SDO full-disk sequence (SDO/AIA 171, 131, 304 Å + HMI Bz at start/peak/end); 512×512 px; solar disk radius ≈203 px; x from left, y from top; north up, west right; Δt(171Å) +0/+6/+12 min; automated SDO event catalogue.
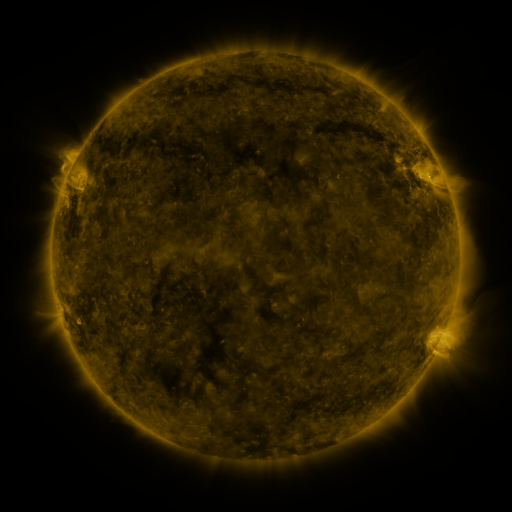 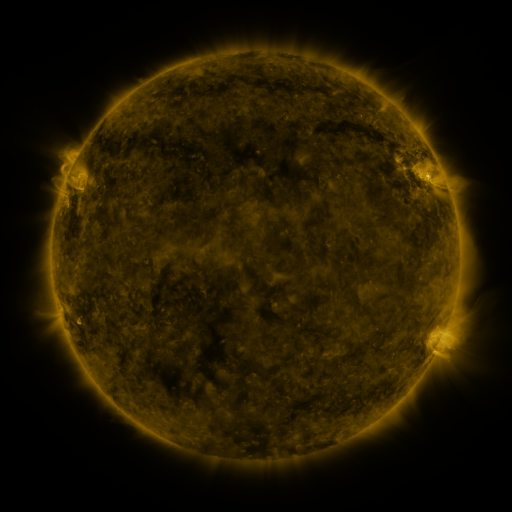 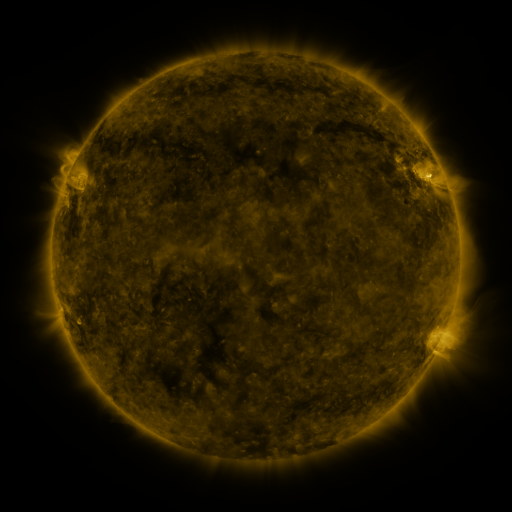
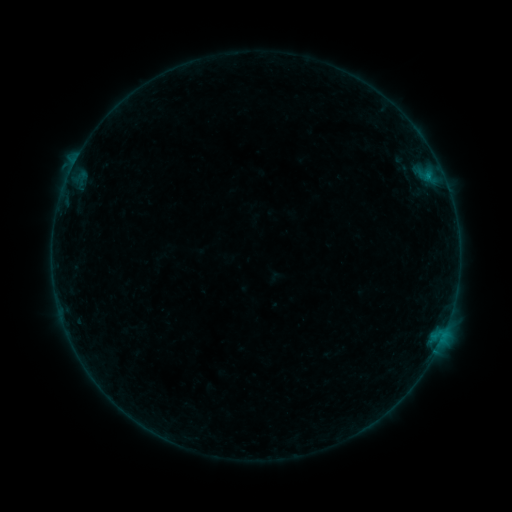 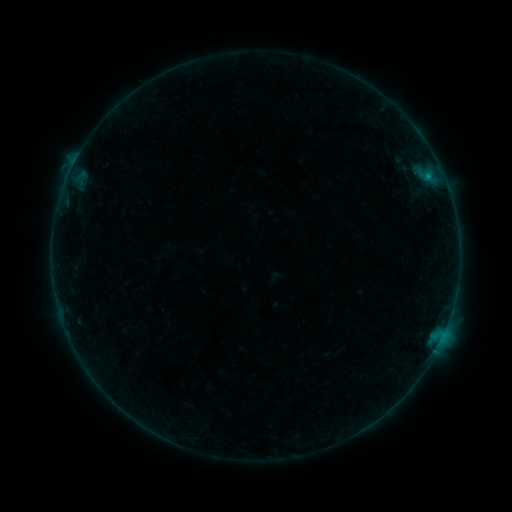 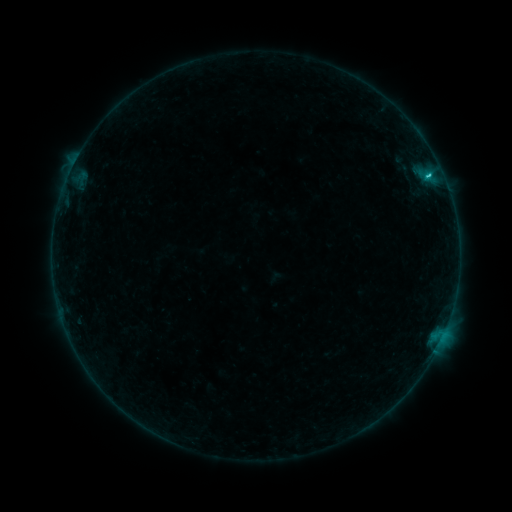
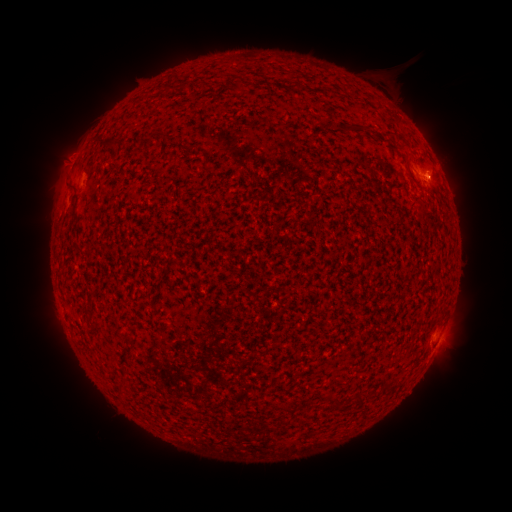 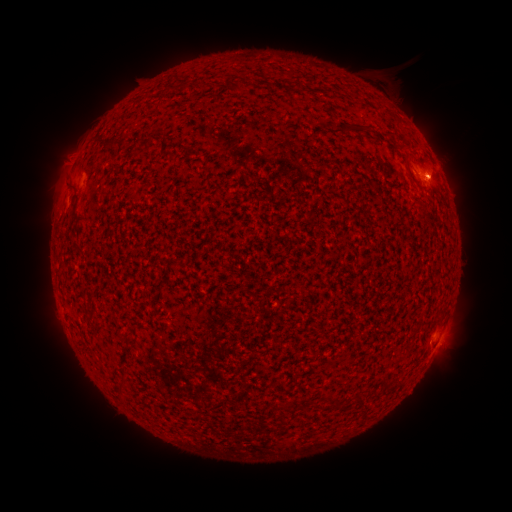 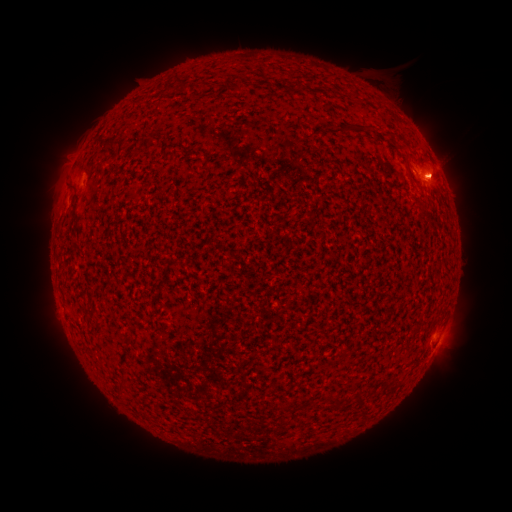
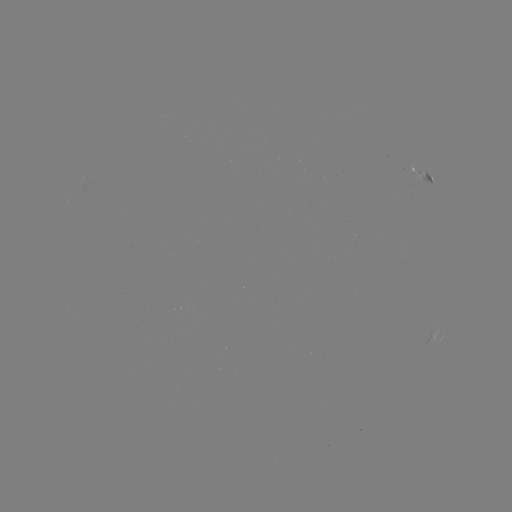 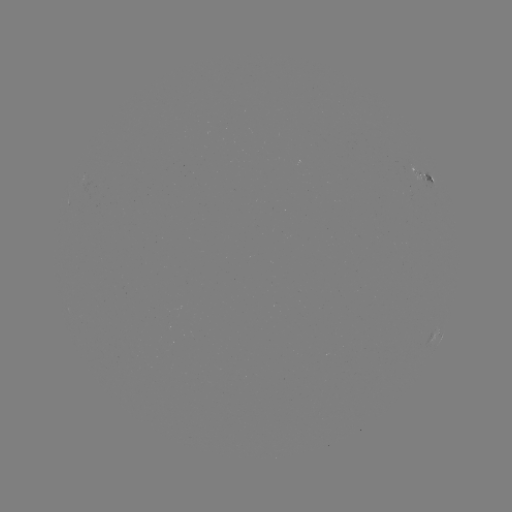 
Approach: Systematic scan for eruption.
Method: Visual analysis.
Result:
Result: eruption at (447, 170).